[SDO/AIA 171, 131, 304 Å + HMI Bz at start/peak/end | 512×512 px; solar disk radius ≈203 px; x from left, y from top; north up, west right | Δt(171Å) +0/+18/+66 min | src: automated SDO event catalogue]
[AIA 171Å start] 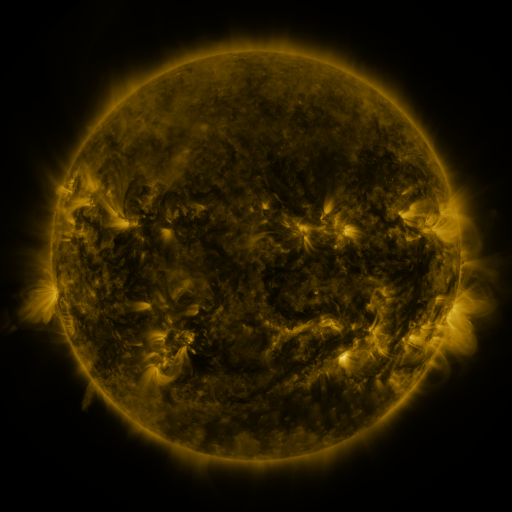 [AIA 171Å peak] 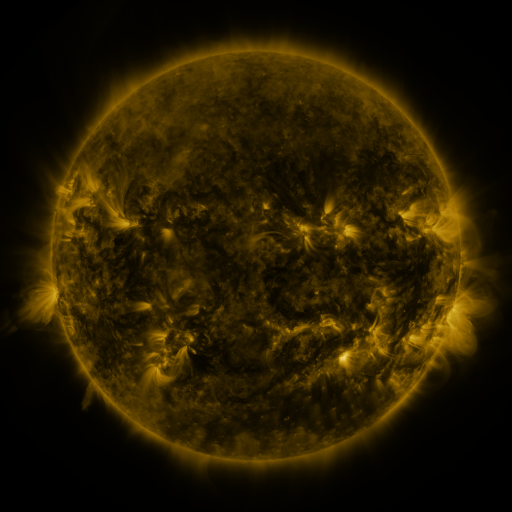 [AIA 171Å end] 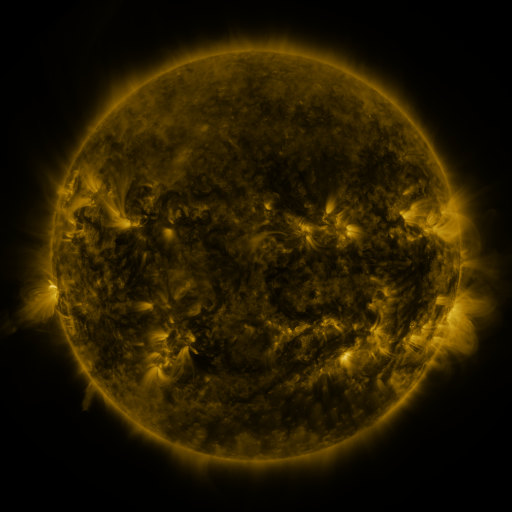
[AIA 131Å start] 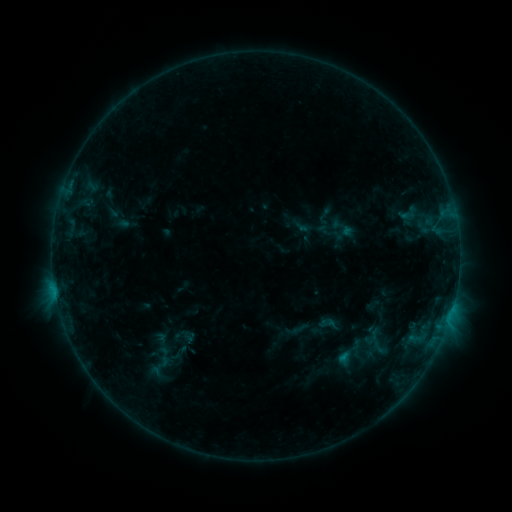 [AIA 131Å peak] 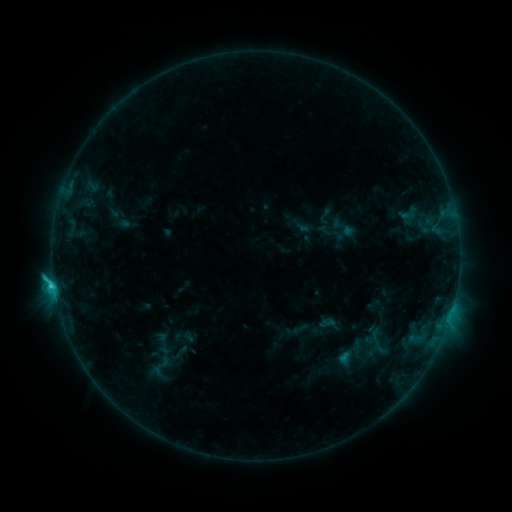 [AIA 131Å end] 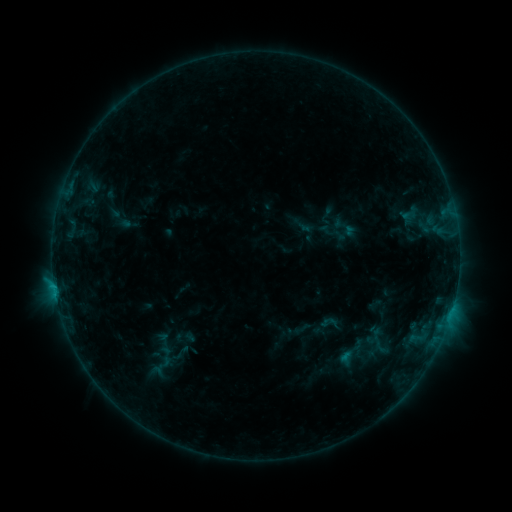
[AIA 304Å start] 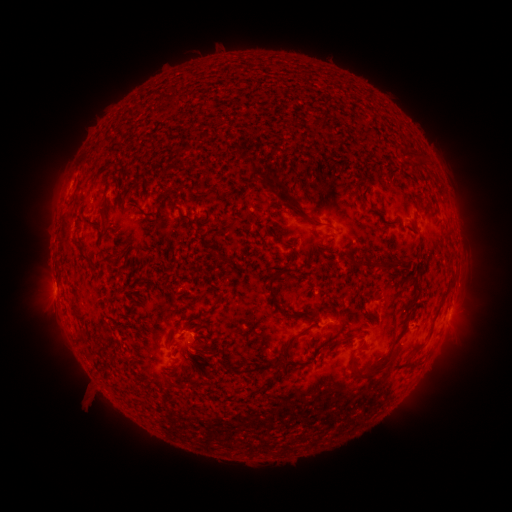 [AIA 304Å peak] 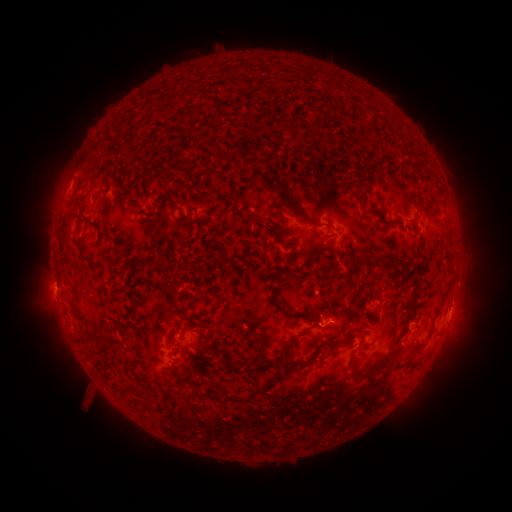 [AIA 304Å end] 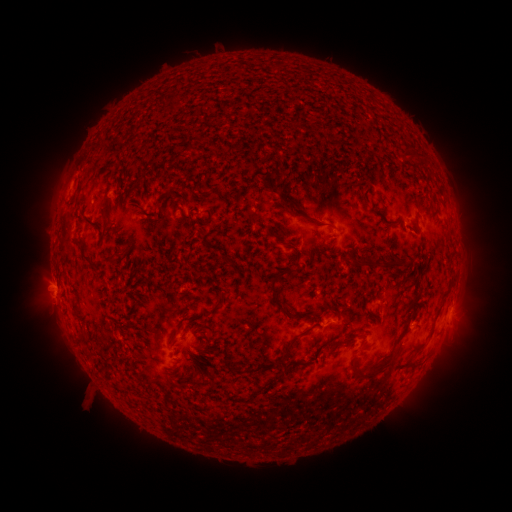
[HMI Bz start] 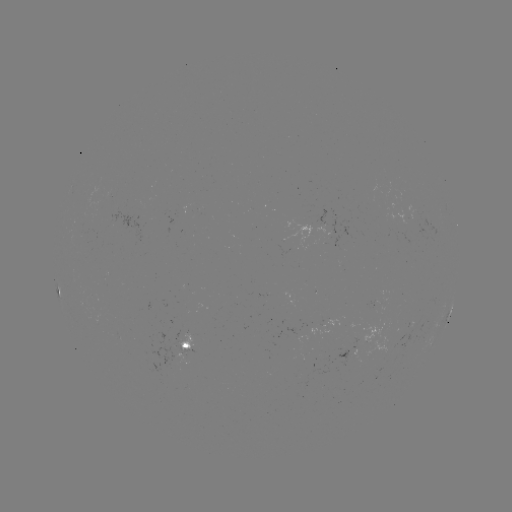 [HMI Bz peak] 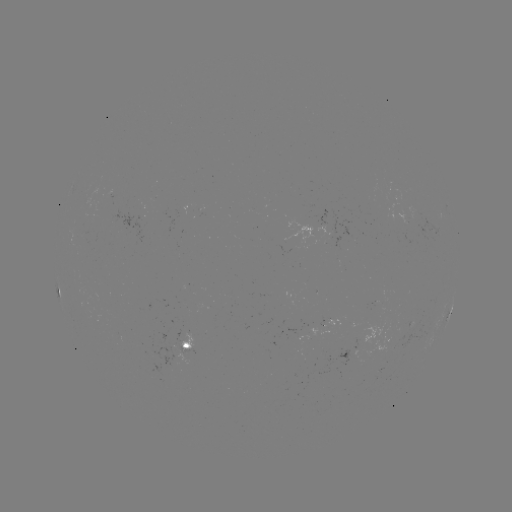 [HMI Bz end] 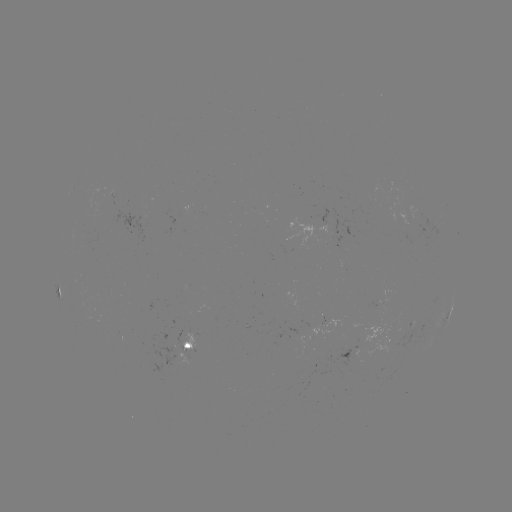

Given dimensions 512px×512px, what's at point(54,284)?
C1.8 flare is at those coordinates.